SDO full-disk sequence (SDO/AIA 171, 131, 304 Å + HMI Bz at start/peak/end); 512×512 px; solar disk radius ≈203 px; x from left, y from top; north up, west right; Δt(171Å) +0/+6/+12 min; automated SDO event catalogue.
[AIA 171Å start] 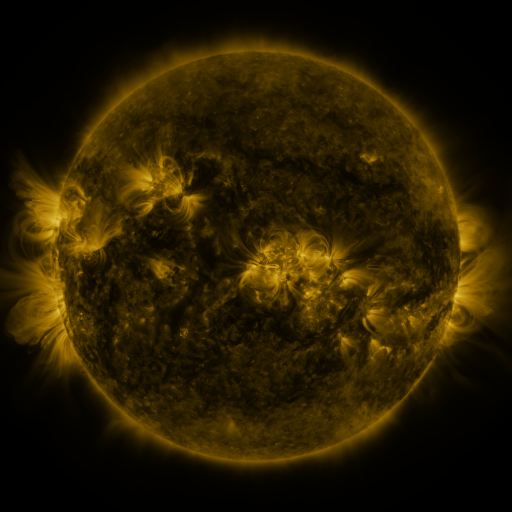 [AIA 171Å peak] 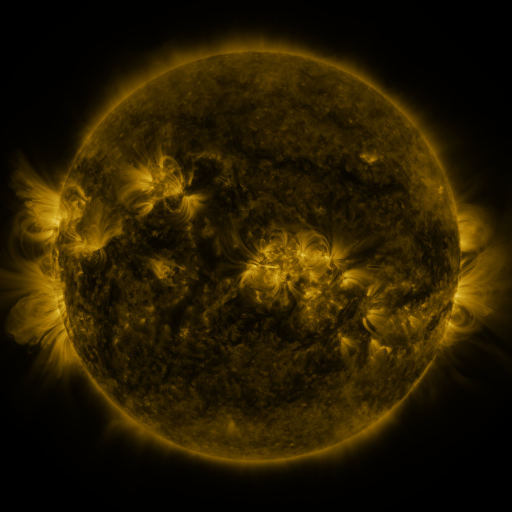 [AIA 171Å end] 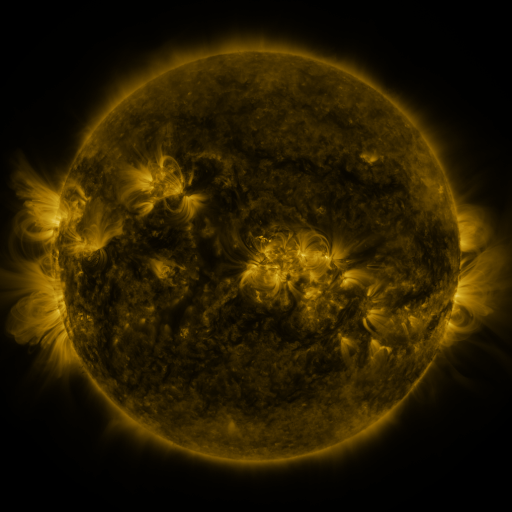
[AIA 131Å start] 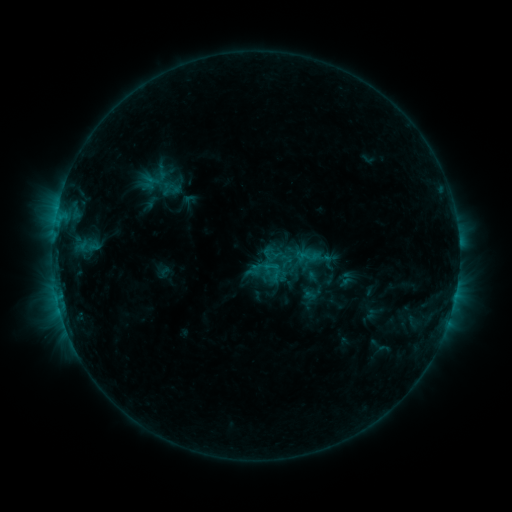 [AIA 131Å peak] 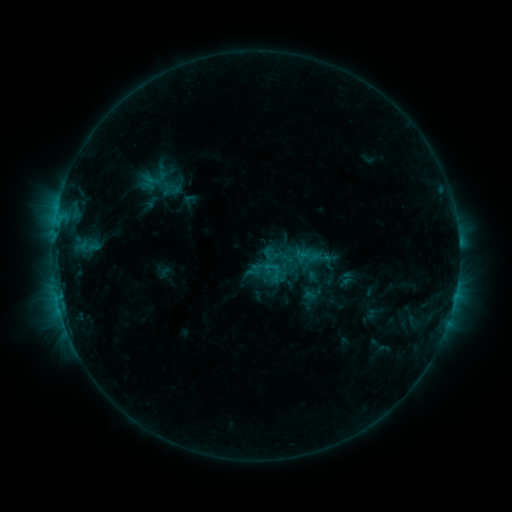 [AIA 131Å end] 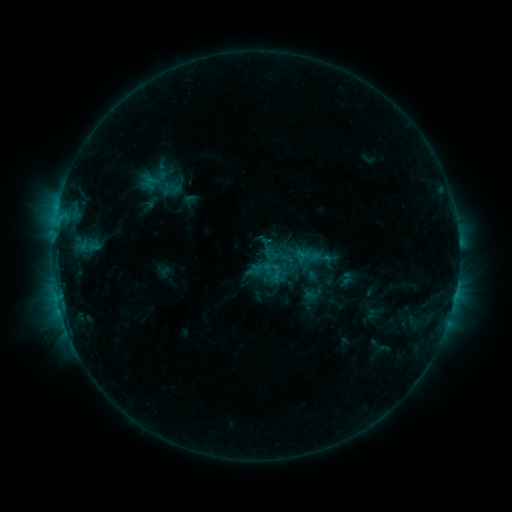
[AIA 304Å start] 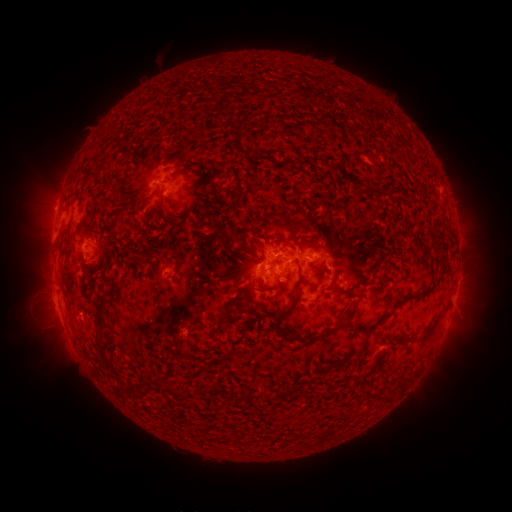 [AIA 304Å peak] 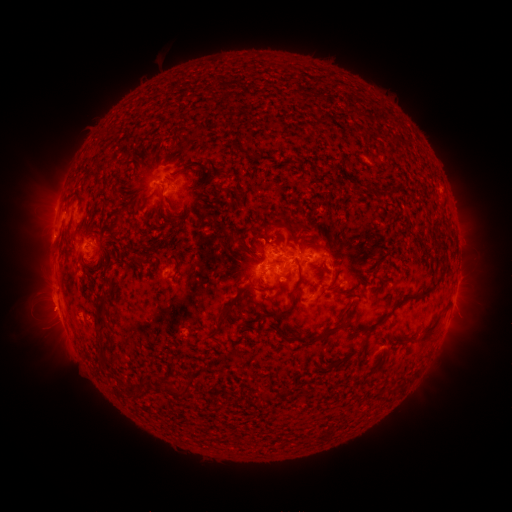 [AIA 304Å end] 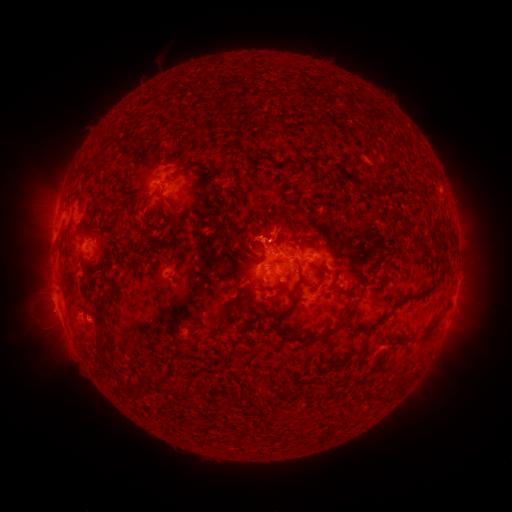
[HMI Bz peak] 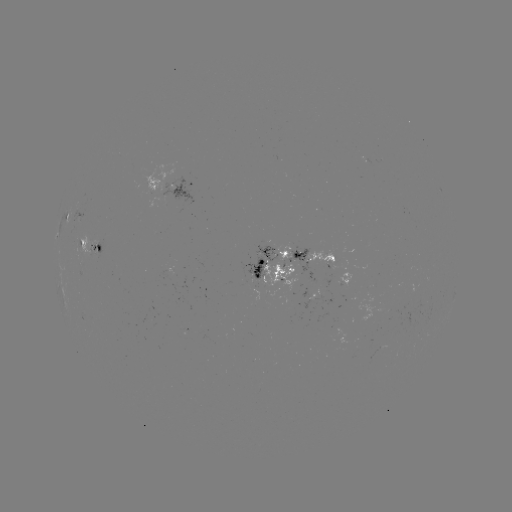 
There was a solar eruption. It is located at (63, 314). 